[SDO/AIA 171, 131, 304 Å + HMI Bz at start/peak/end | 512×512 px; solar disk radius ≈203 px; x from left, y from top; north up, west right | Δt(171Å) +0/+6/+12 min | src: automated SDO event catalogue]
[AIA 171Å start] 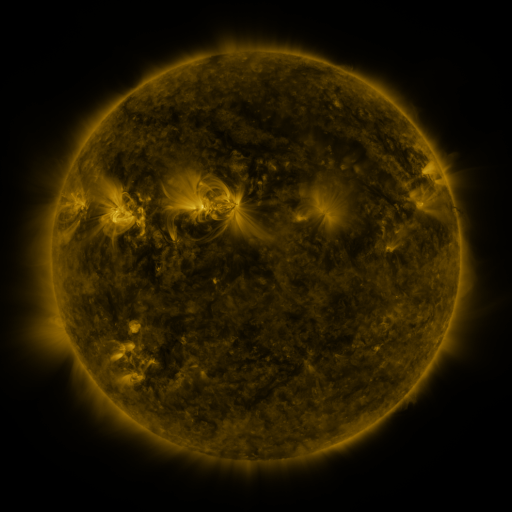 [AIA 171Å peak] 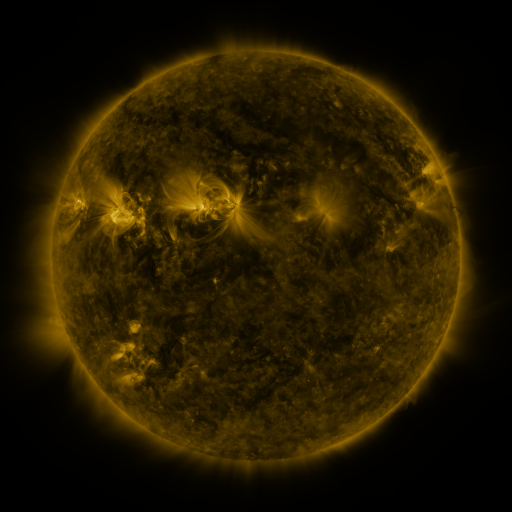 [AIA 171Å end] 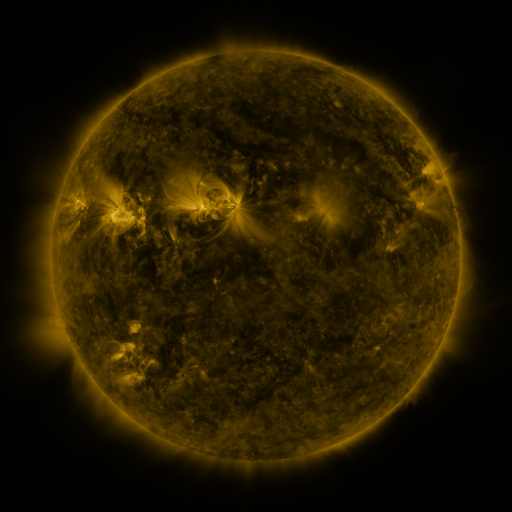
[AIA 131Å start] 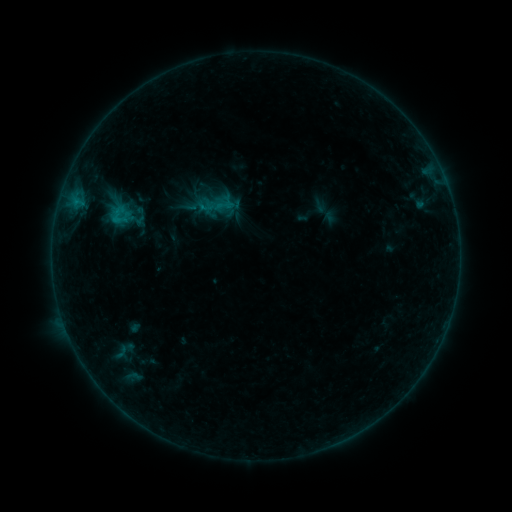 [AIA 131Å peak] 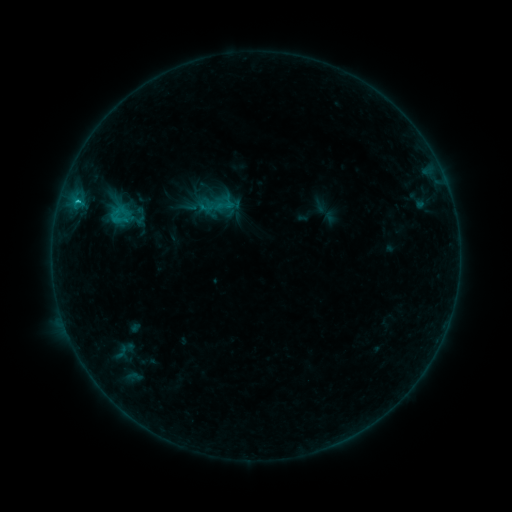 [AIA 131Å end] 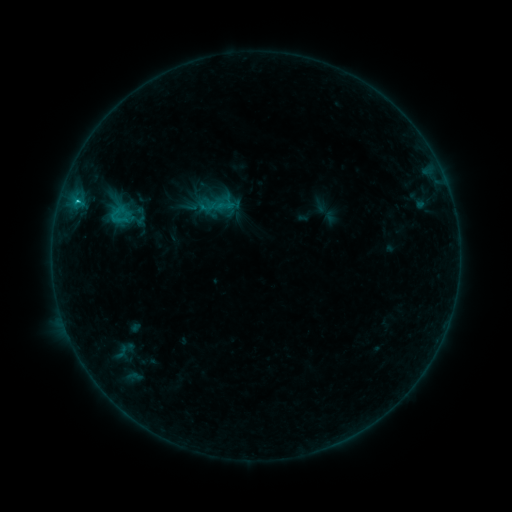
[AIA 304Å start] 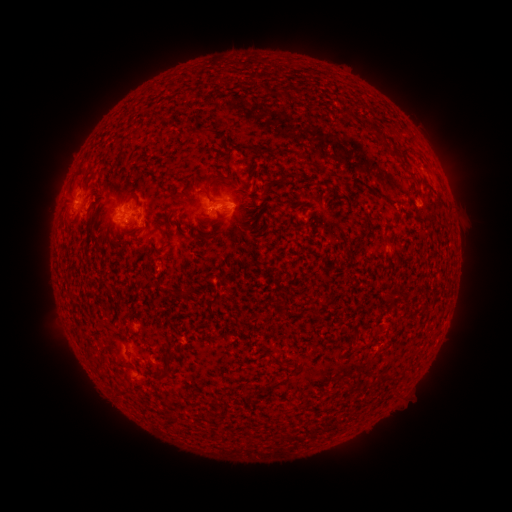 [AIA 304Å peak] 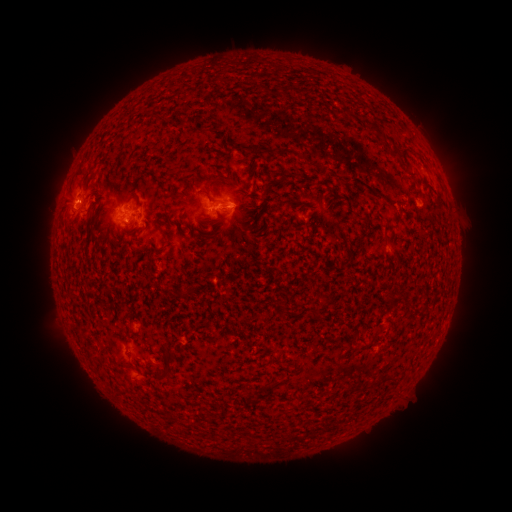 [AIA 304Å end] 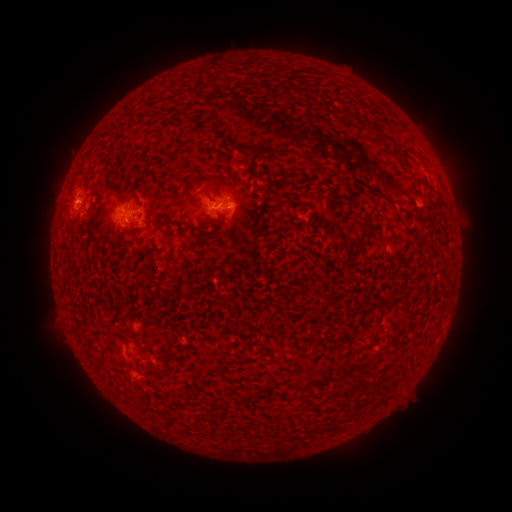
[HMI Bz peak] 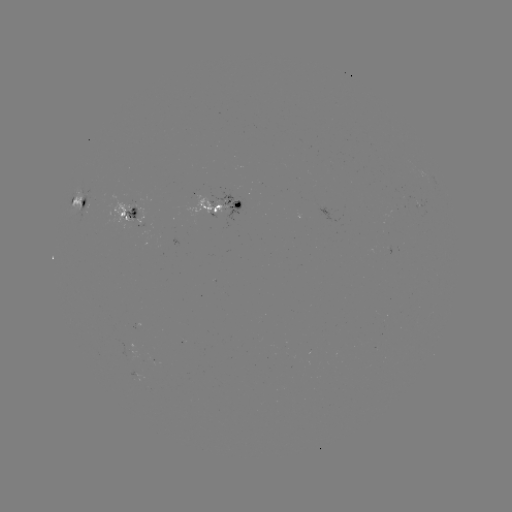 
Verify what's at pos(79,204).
C1.3 flare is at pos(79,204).